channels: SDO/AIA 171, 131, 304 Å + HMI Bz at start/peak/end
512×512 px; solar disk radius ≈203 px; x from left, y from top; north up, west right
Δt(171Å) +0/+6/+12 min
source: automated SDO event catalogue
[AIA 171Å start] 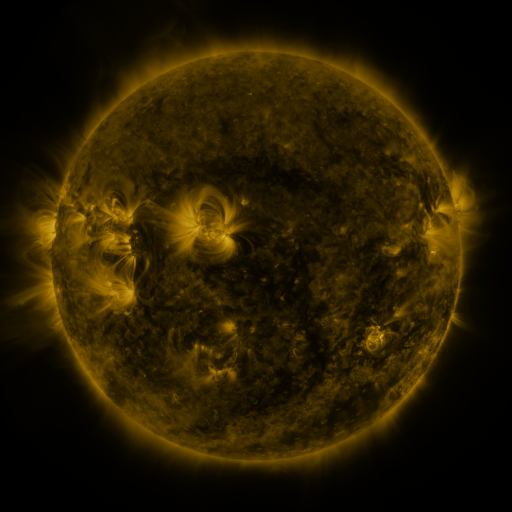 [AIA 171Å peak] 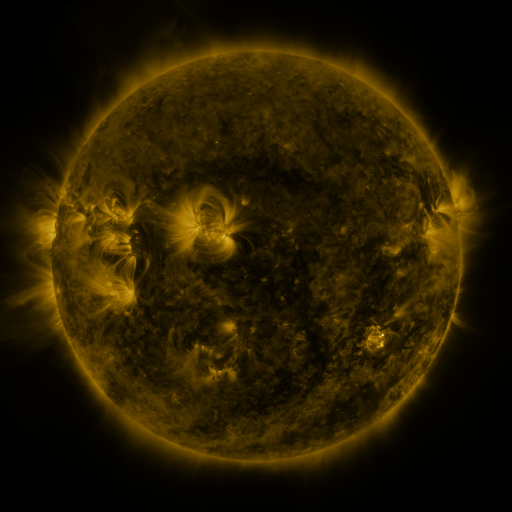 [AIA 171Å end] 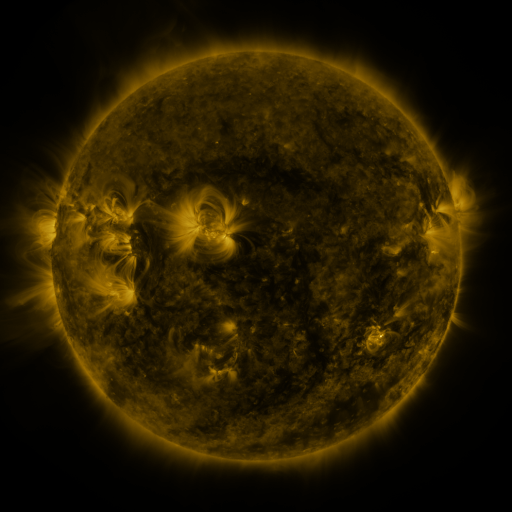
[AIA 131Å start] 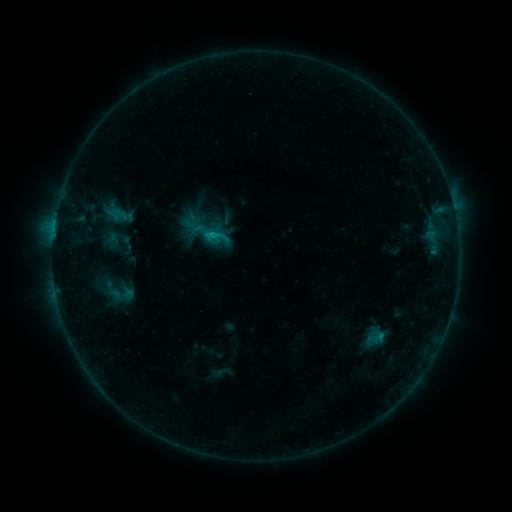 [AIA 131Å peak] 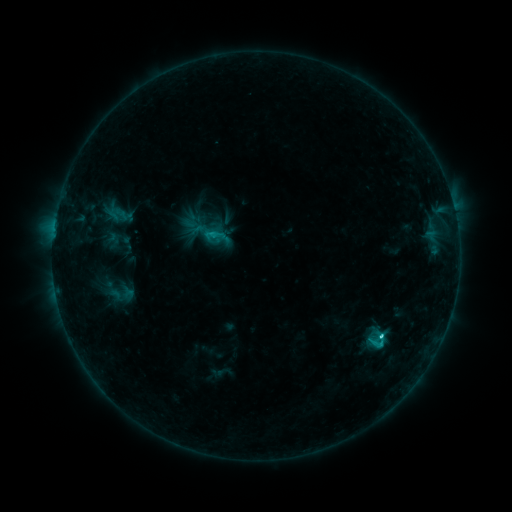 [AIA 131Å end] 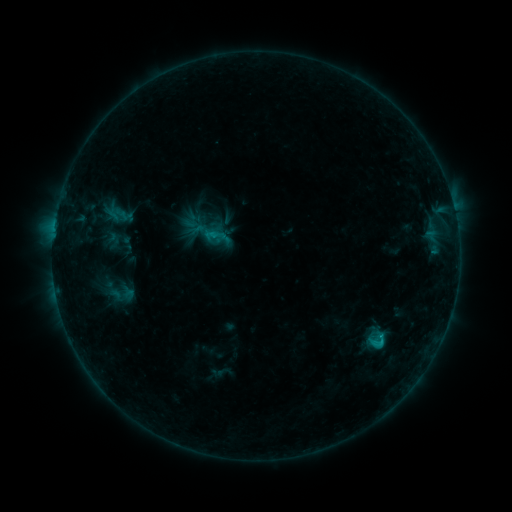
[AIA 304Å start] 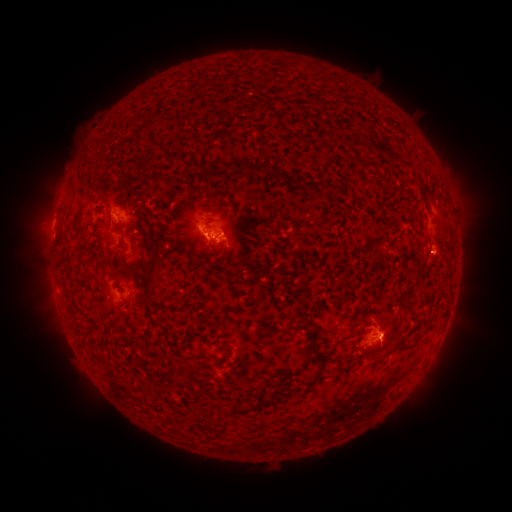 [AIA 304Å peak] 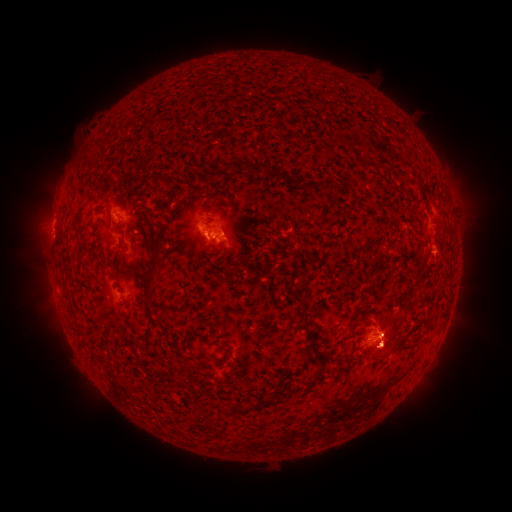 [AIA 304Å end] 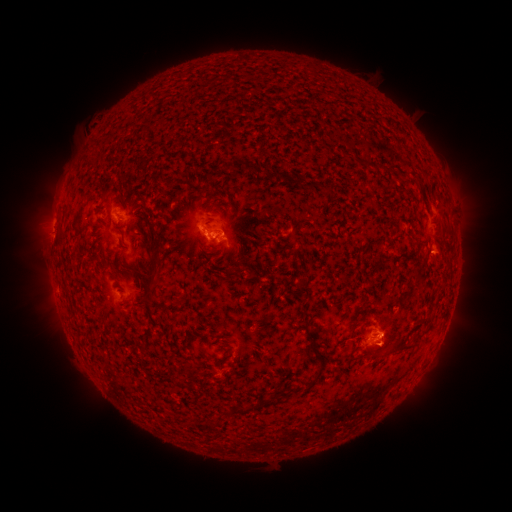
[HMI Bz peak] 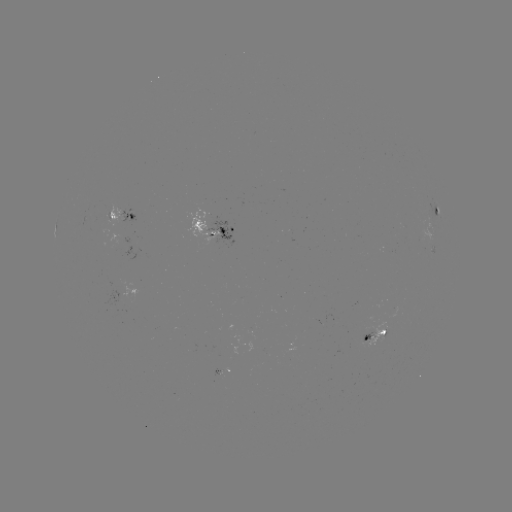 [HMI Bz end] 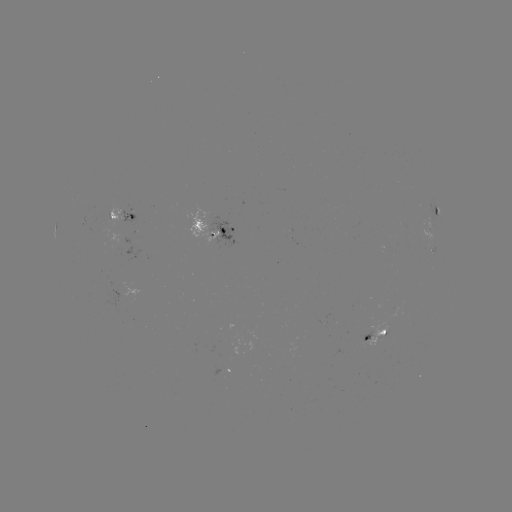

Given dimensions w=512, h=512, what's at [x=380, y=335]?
C2.7 flare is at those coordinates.